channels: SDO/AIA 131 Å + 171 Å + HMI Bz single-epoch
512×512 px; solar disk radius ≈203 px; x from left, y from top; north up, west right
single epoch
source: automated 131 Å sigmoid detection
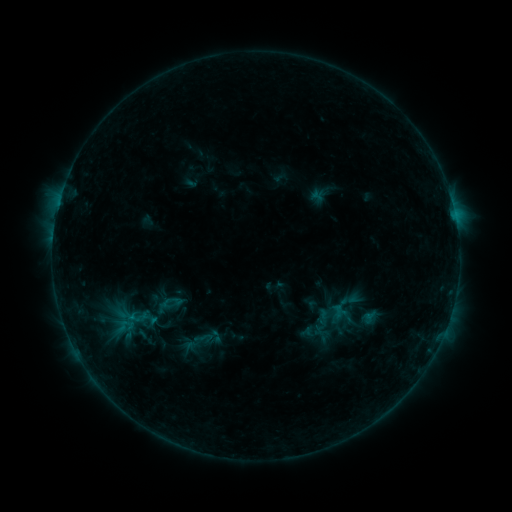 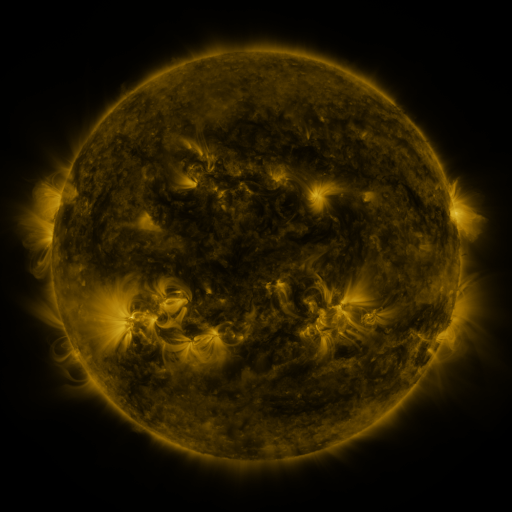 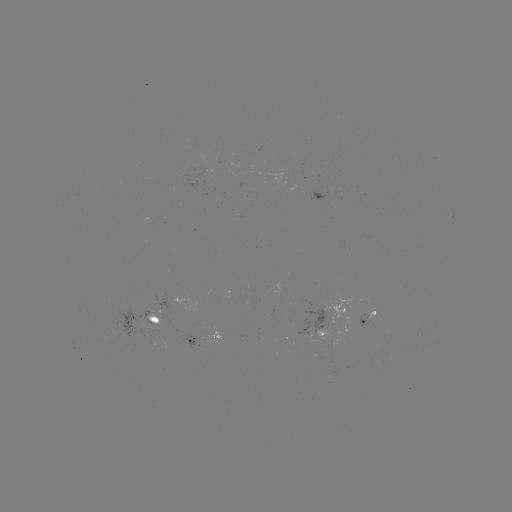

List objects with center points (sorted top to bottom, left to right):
sigmoid: (134, 320)
sigmoid: (314, 333)
